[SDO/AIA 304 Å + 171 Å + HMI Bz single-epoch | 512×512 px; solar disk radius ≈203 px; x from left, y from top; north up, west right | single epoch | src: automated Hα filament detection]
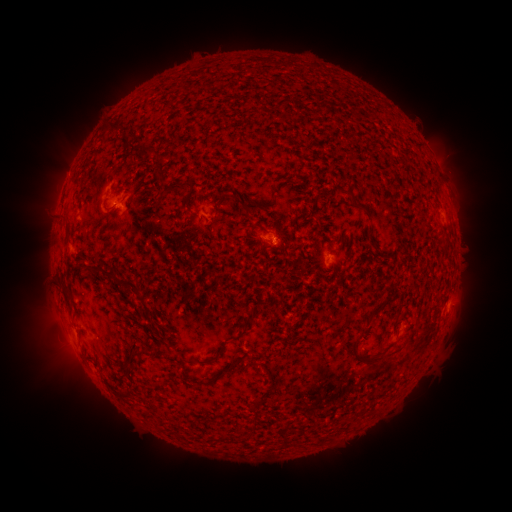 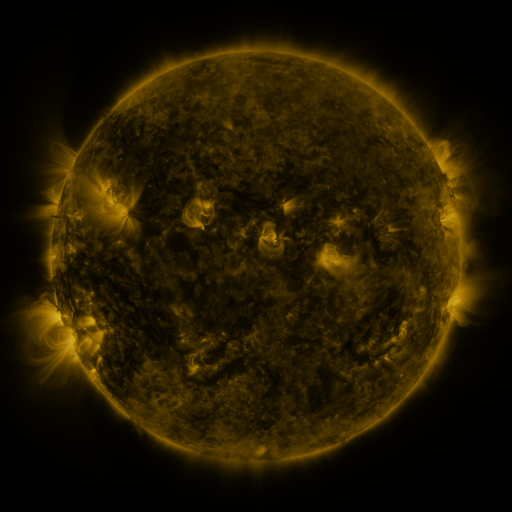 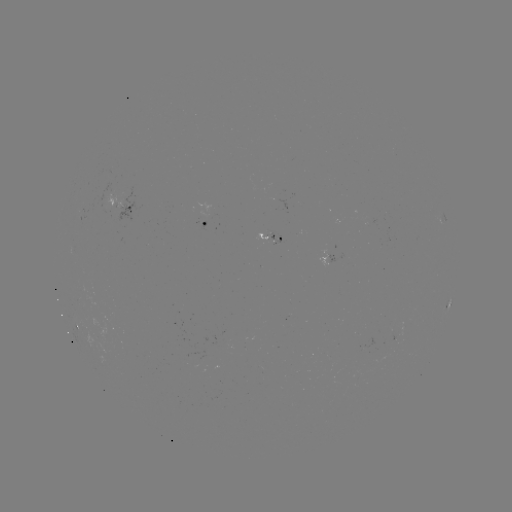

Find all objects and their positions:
filament: <bbox>110, 121, 122, 132</bbox>
filament: <bbox>165, 181, 187, 193</bbox>
filament: <bbox>216, 194, 227, 208</bbox>
filament: <bbox>243, 200, 261, 217</bbox>
filament: <bbox>356, 201, 370, 215</bbox>
filament: <bbox>90, 261, 138, 288</bbox>
filament: <bbox>61, 283, 73, 312</bbox>
filament: <bbox>368, 303, 383, 318</bbox>
filament: <bbox>245, 312, 254, 322</bbox>
filament: <bbox>231, 329, 247, 341</bbox>
filament: <bbox>349, 338, 403, 365</bbox>
filament: <bbox>130, 346, 141, 357</bbox>
filament: <bbox>205, 376, 215, 384</bbox>
